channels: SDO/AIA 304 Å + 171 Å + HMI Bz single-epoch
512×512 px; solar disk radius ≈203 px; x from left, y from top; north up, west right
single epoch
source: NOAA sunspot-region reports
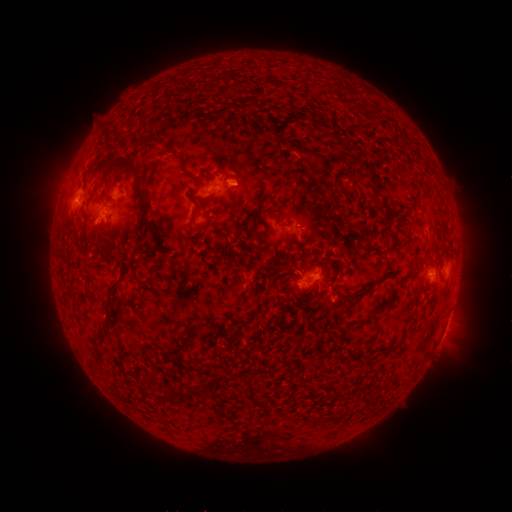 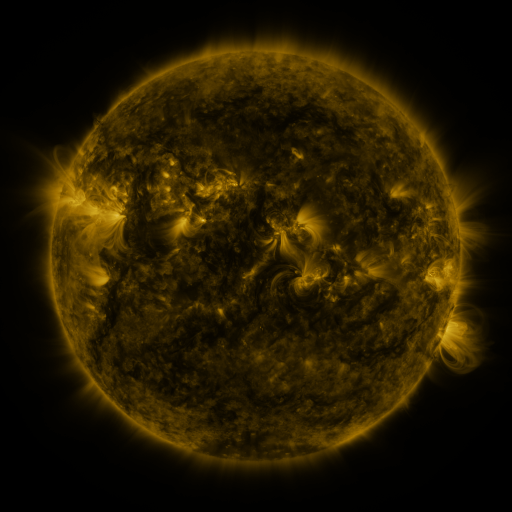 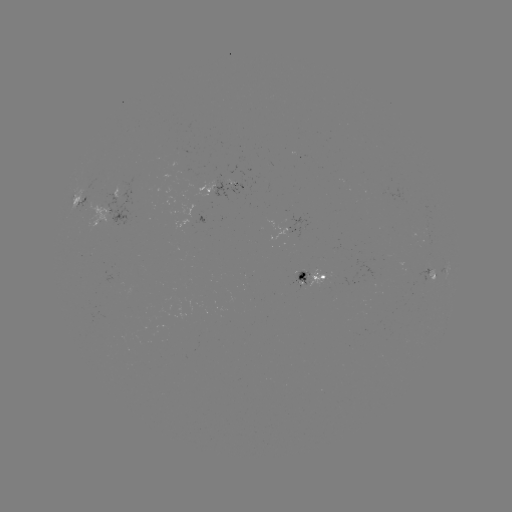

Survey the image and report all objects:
spotted active region: (221, 188)
spotted active region: (87, 198)
spotted active region: (314, 273)
spotted active region: (432, 273)
